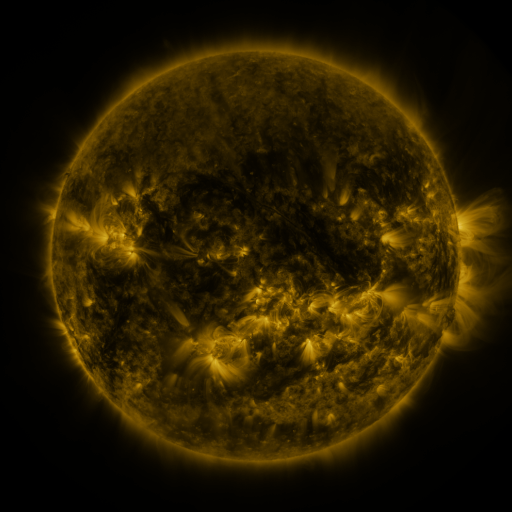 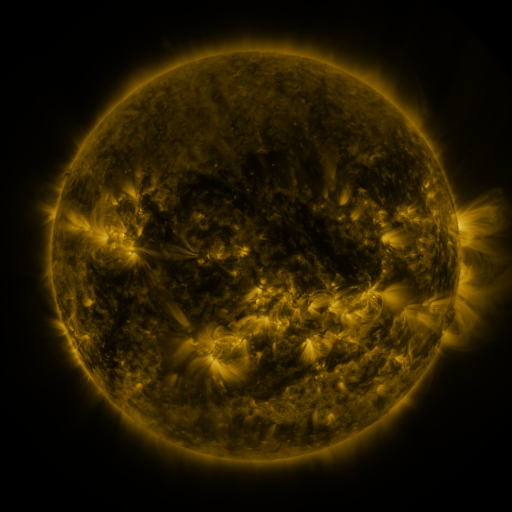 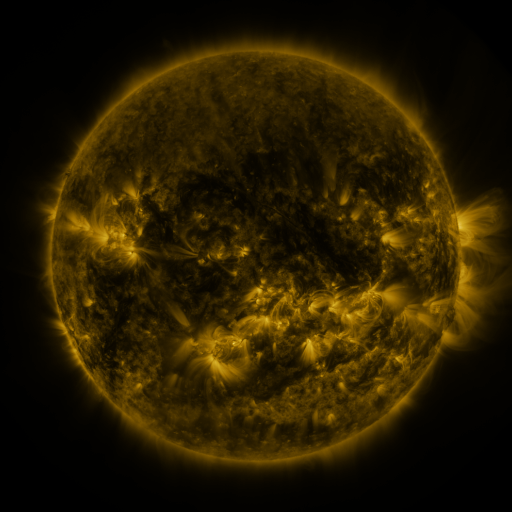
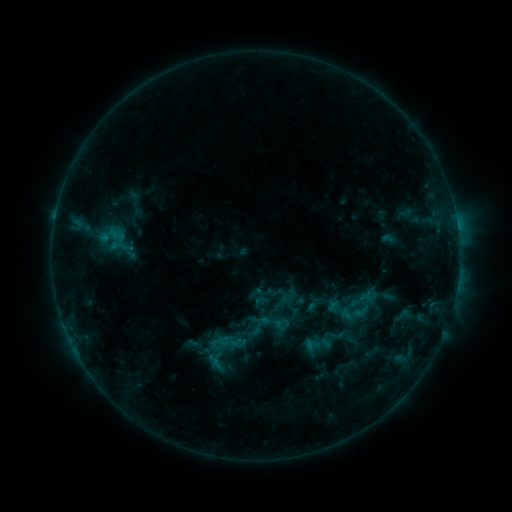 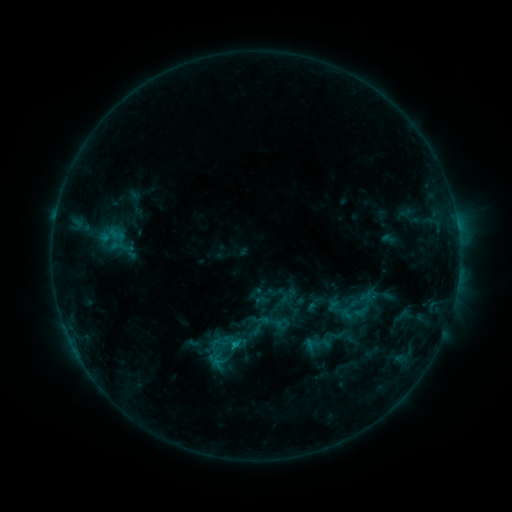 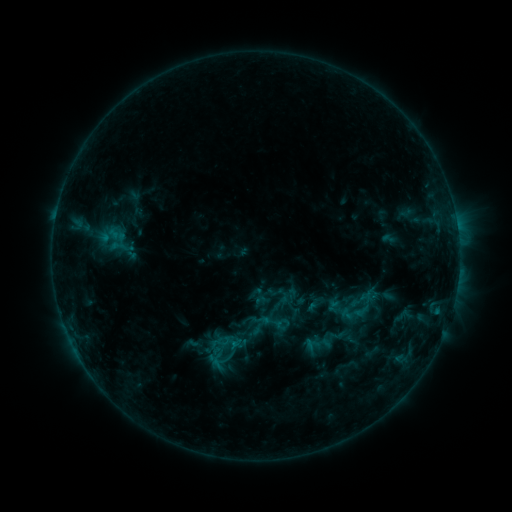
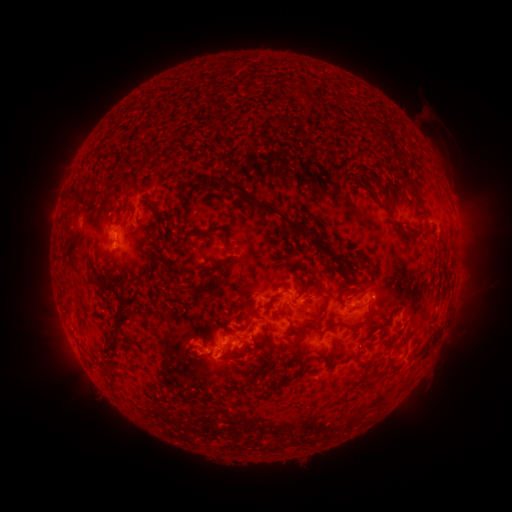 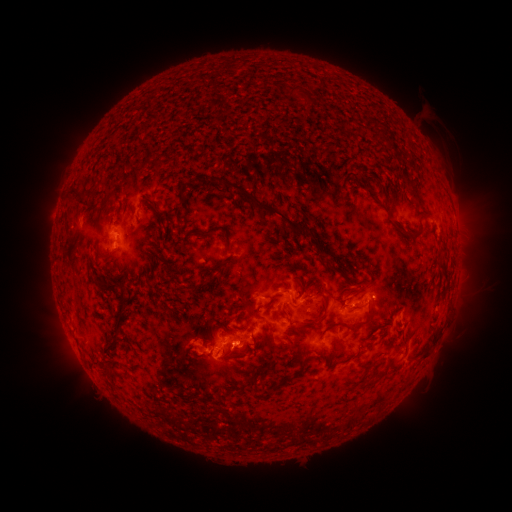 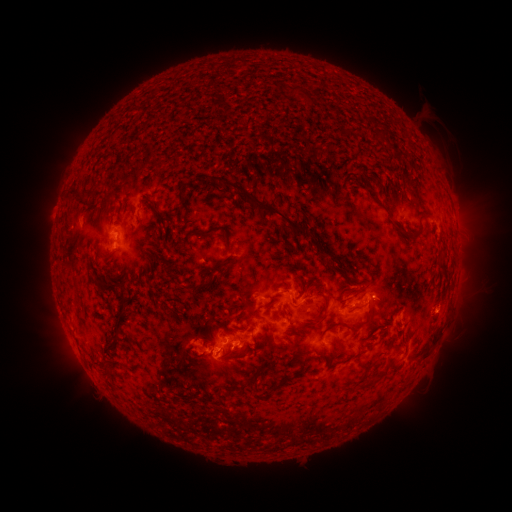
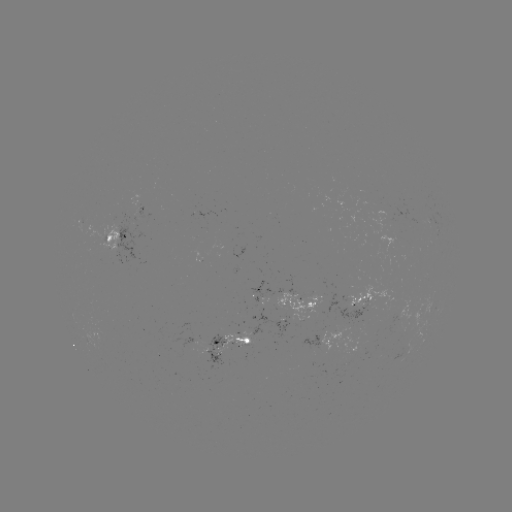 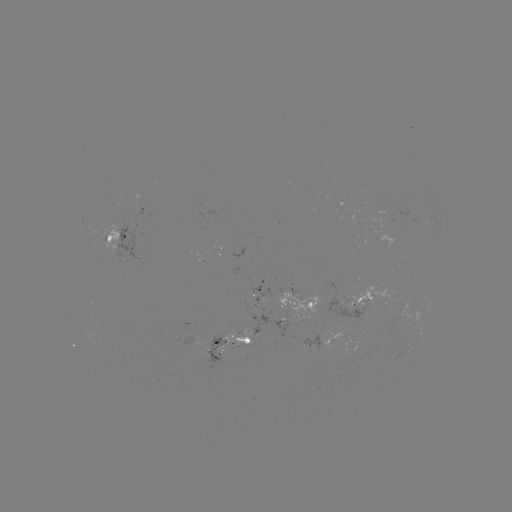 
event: flare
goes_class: B9.8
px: (235, 342)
